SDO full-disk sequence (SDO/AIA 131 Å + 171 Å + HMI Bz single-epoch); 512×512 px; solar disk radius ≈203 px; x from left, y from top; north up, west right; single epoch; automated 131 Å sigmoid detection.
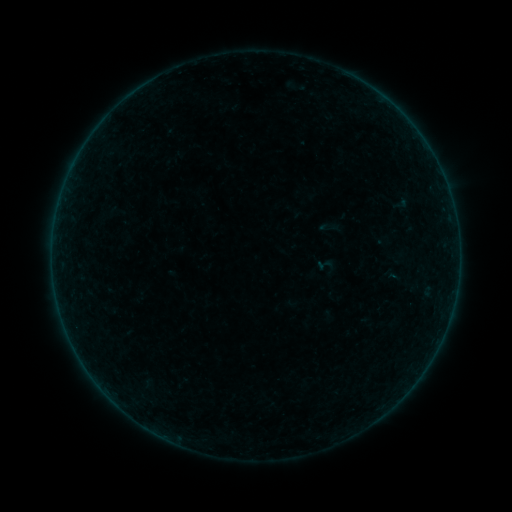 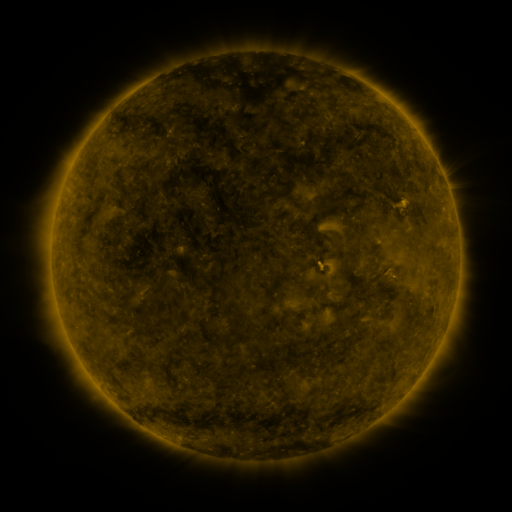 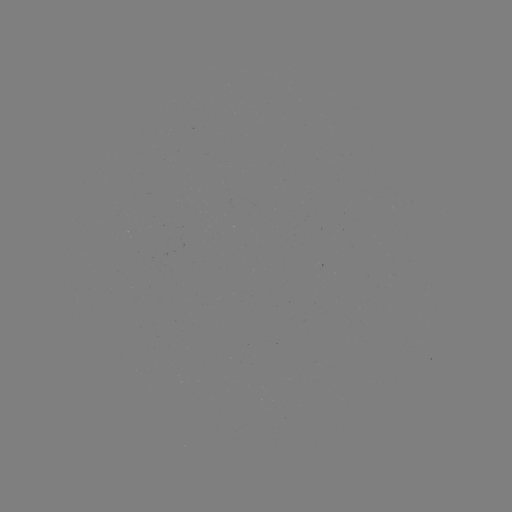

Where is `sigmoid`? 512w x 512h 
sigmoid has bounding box [315, 256, 333, 274].